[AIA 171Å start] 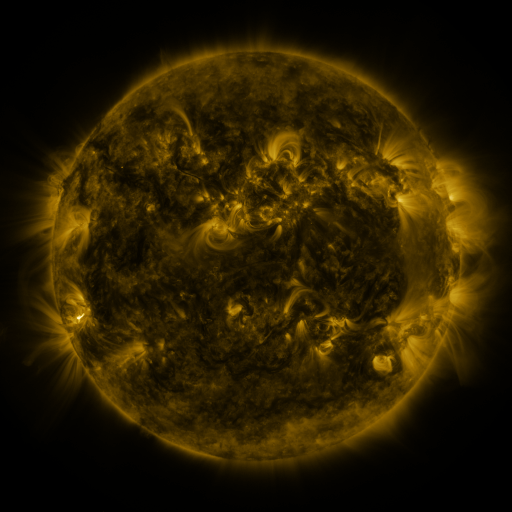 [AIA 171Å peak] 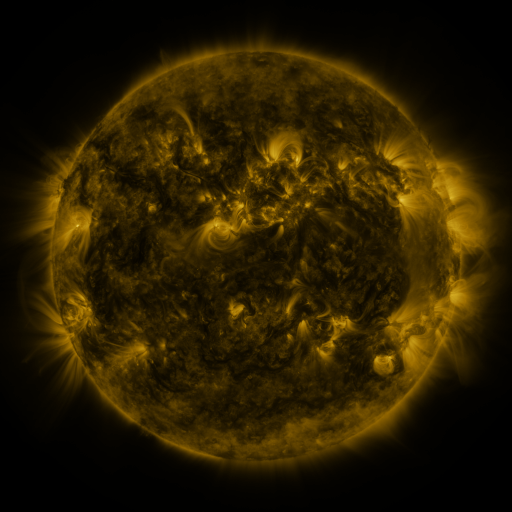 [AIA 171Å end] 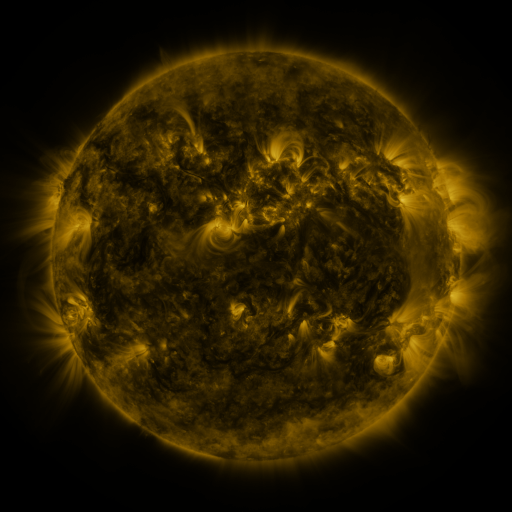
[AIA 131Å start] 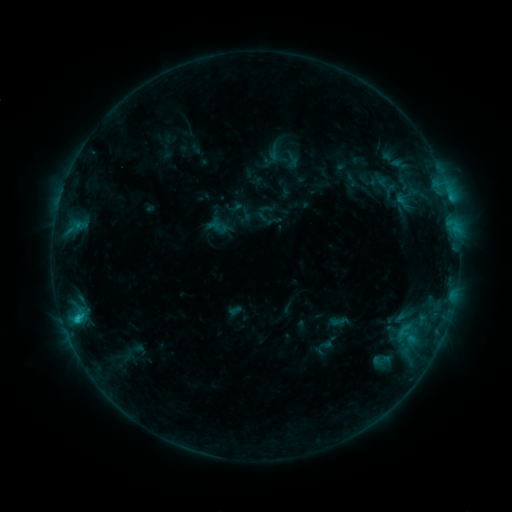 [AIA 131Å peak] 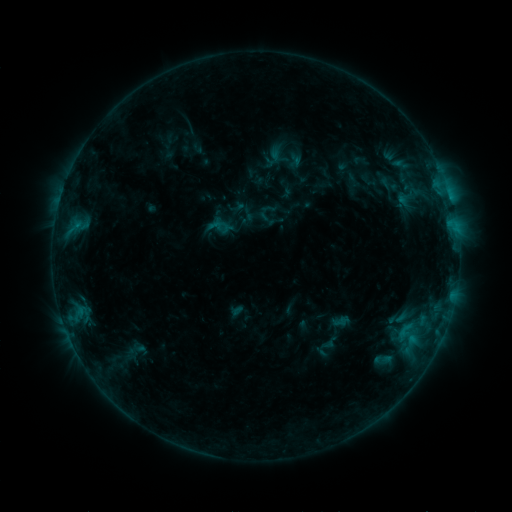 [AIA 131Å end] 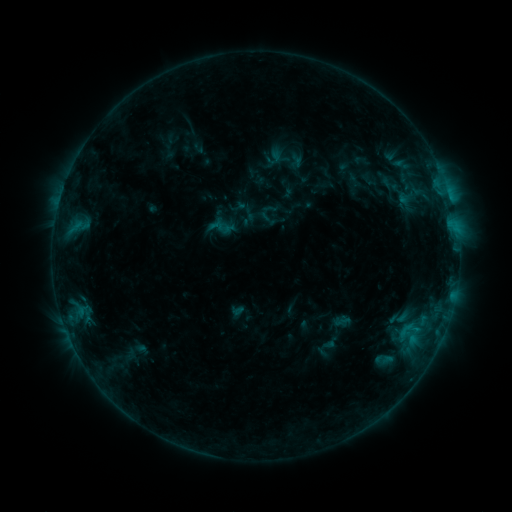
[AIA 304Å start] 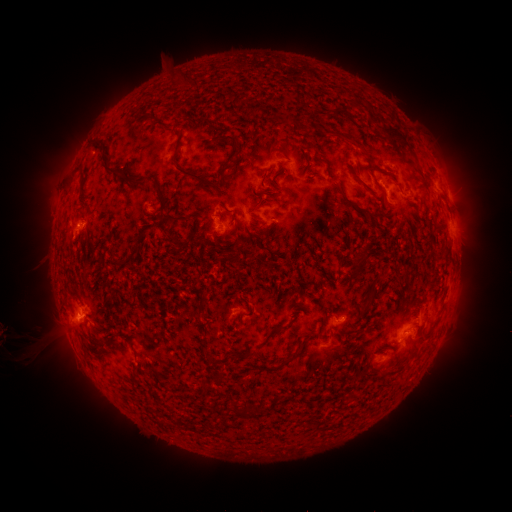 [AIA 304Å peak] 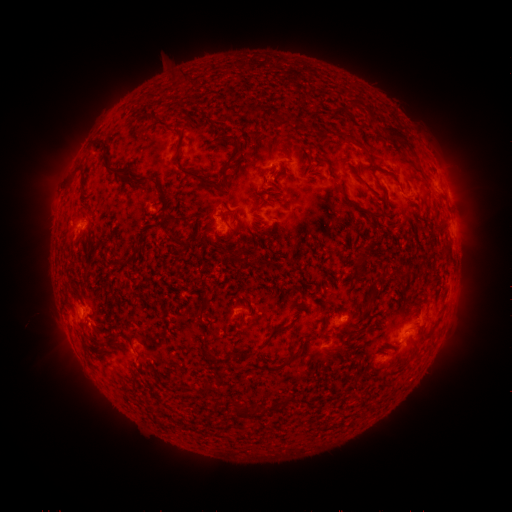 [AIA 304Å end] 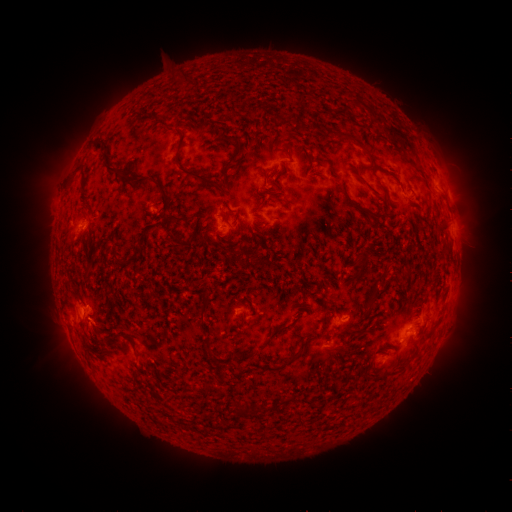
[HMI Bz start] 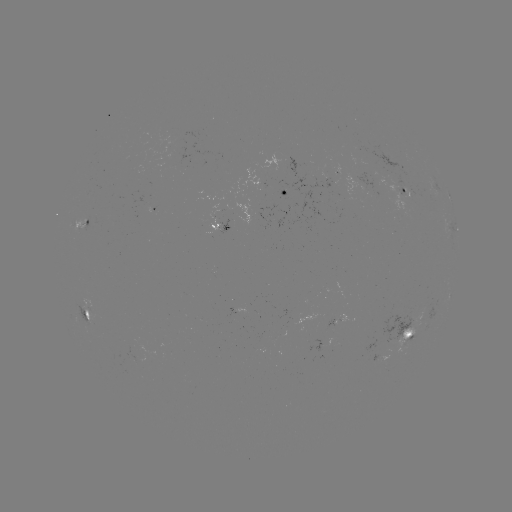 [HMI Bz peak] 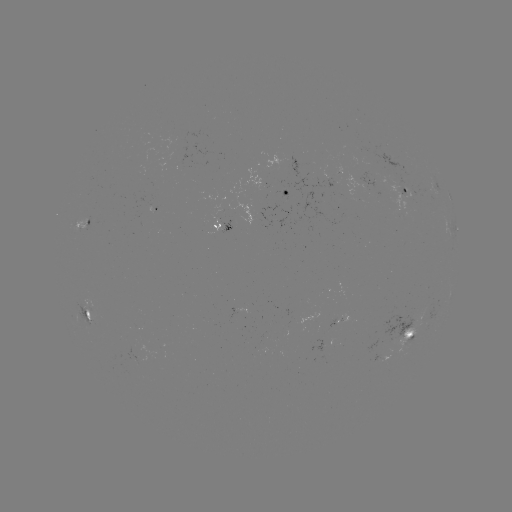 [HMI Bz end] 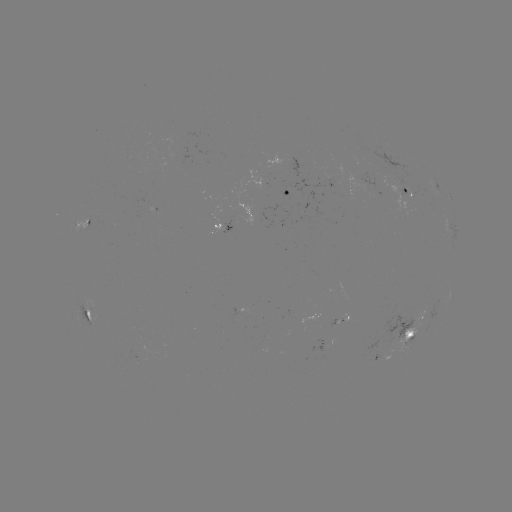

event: emerging-flux region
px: (148, 207)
